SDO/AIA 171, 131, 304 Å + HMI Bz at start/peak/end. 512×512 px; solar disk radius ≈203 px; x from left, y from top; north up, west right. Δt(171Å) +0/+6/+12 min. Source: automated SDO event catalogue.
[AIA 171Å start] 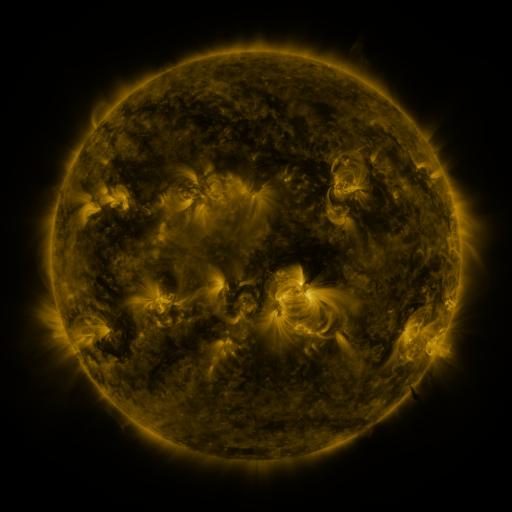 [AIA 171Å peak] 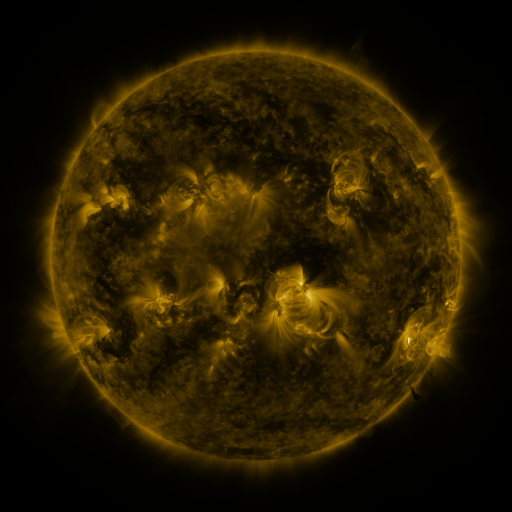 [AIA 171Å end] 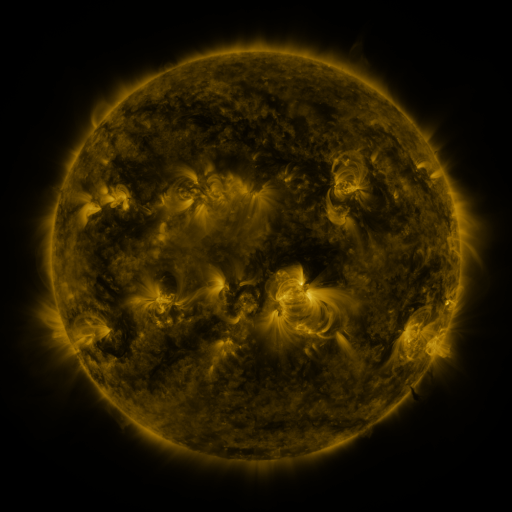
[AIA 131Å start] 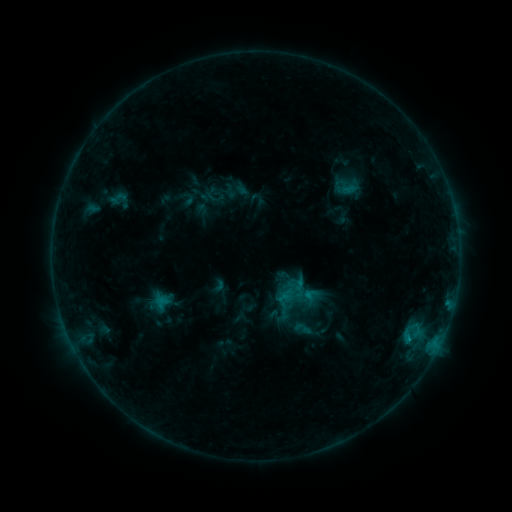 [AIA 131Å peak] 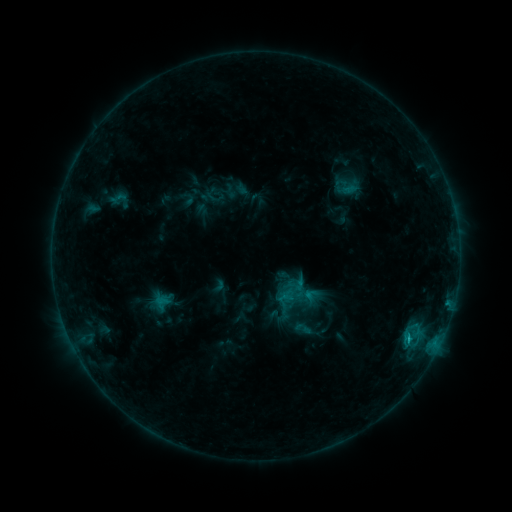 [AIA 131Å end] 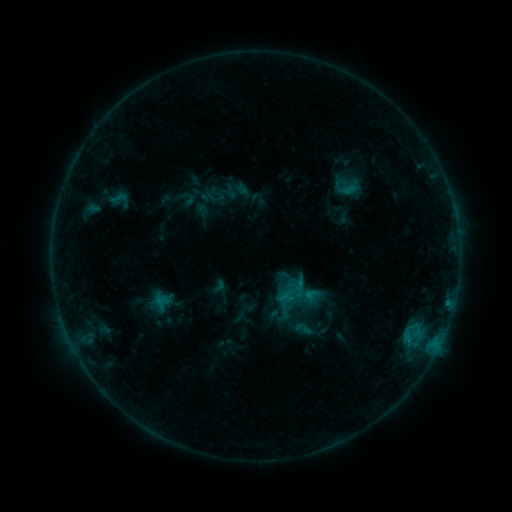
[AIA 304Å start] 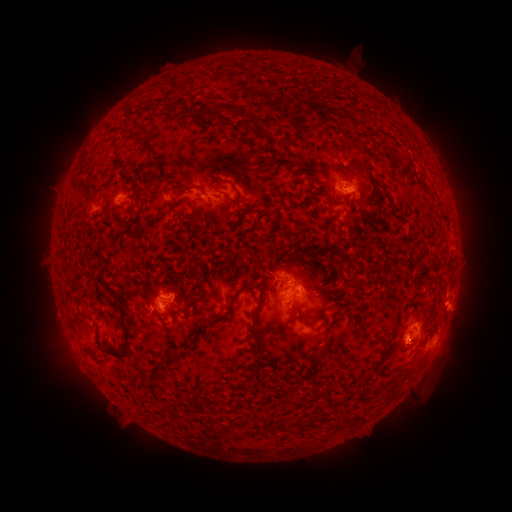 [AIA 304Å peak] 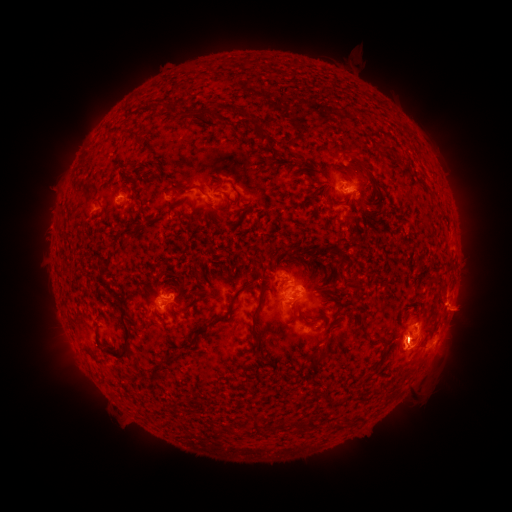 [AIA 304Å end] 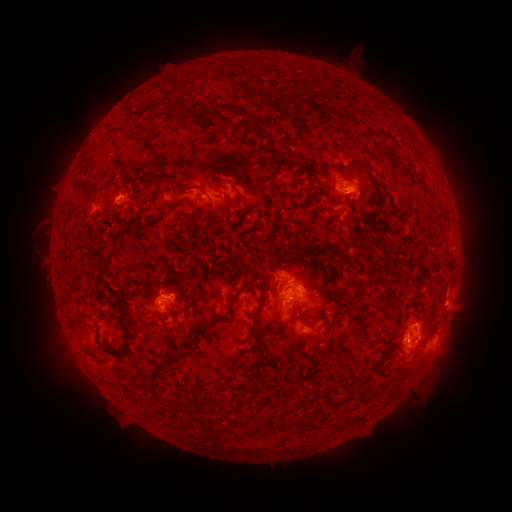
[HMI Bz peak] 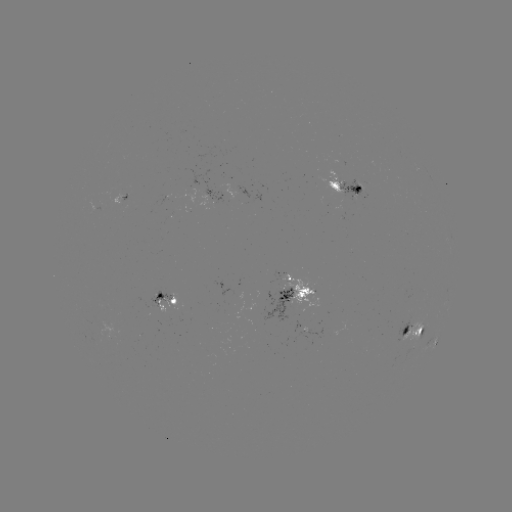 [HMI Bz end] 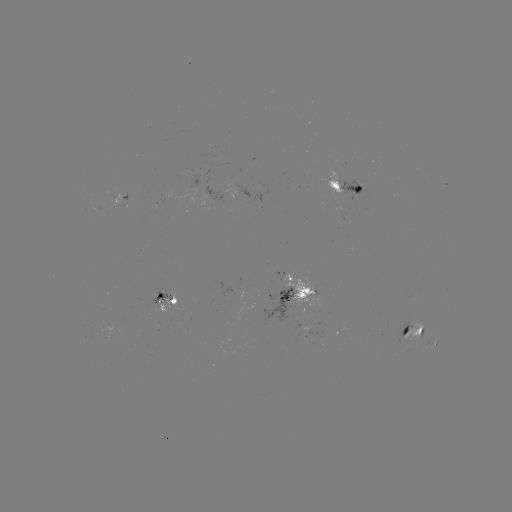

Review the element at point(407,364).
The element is eruption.